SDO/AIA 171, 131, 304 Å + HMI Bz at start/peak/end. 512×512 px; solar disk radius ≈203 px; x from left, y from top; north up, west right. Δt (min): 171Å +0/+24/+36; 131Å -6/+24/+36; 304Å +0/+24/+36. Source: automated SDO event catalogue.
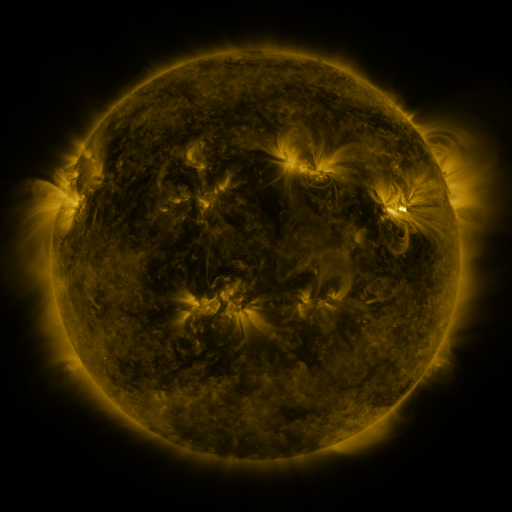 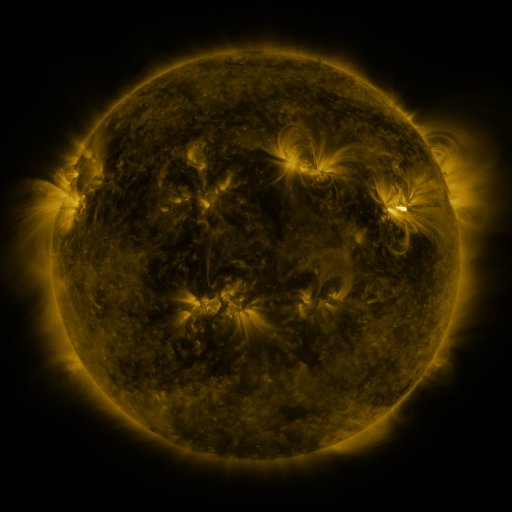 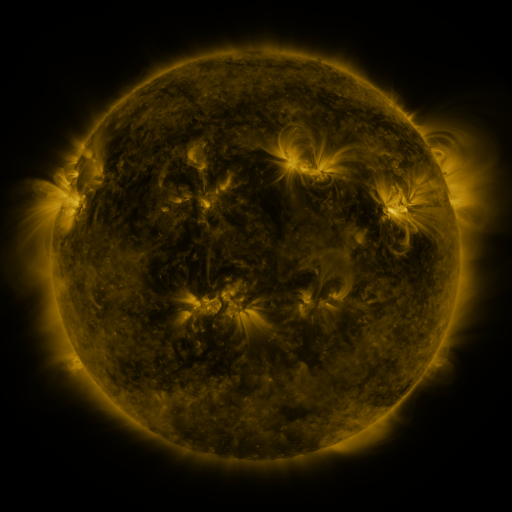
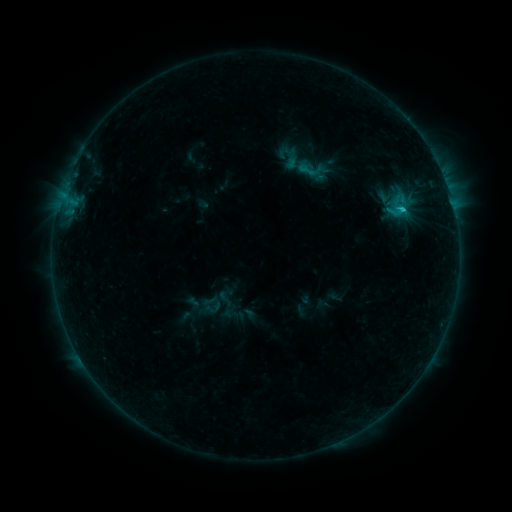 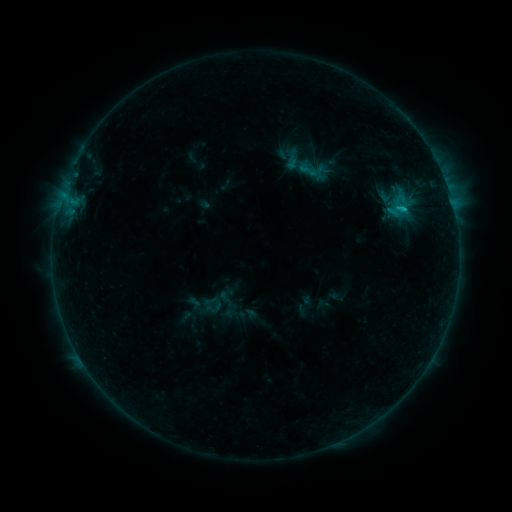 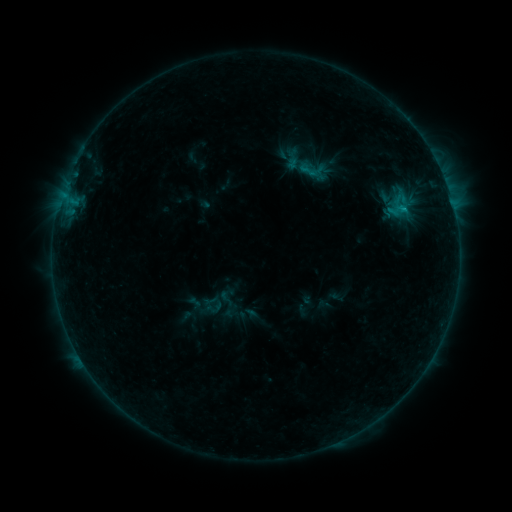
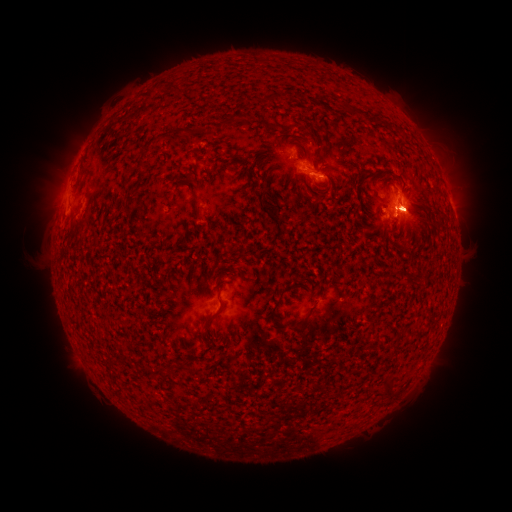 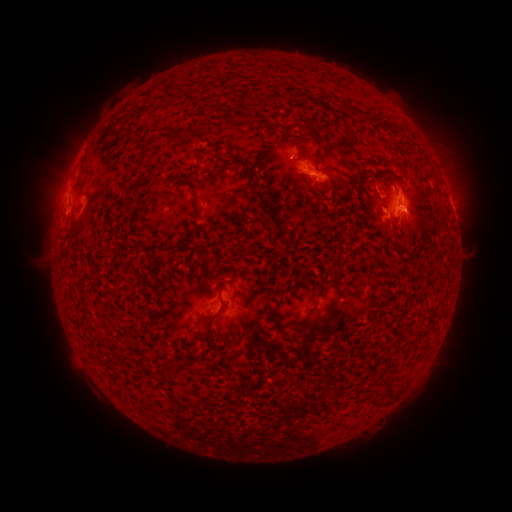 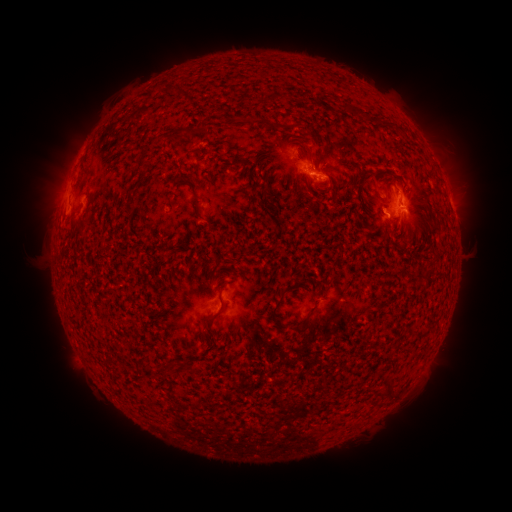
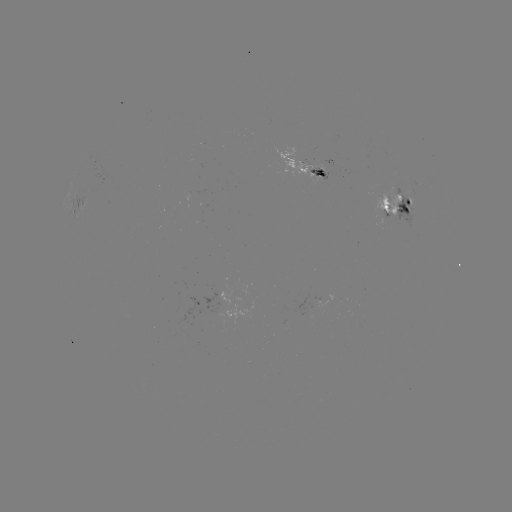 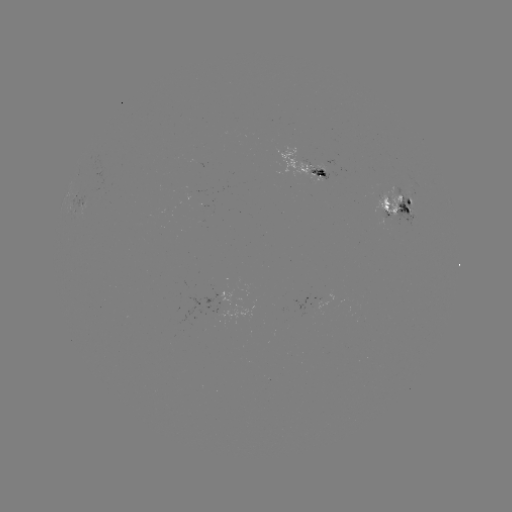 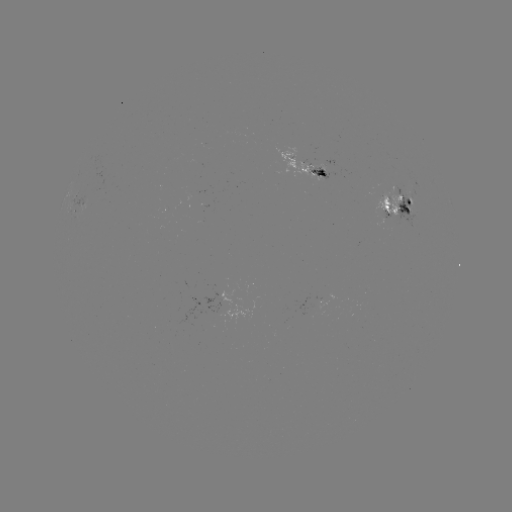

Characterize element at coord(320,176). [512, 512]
emerging-flux region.